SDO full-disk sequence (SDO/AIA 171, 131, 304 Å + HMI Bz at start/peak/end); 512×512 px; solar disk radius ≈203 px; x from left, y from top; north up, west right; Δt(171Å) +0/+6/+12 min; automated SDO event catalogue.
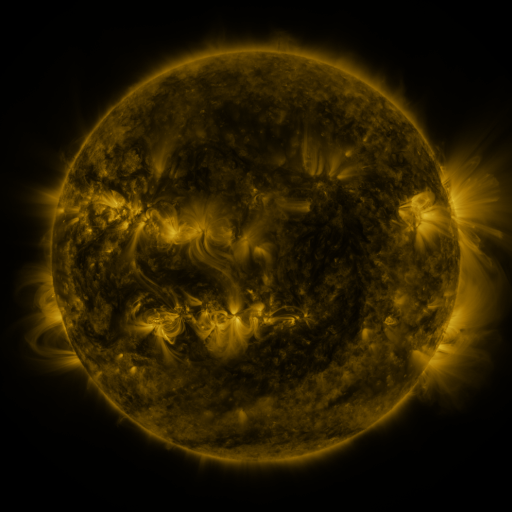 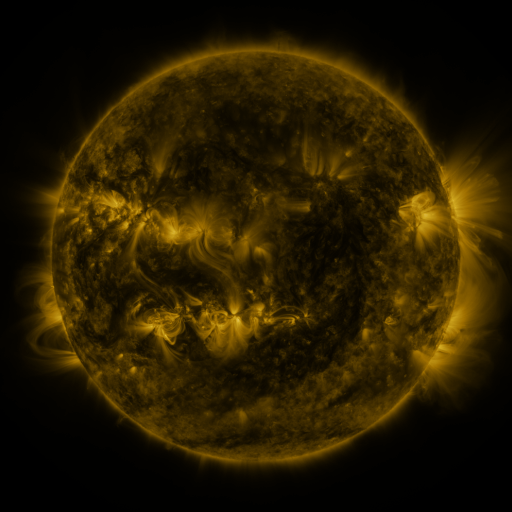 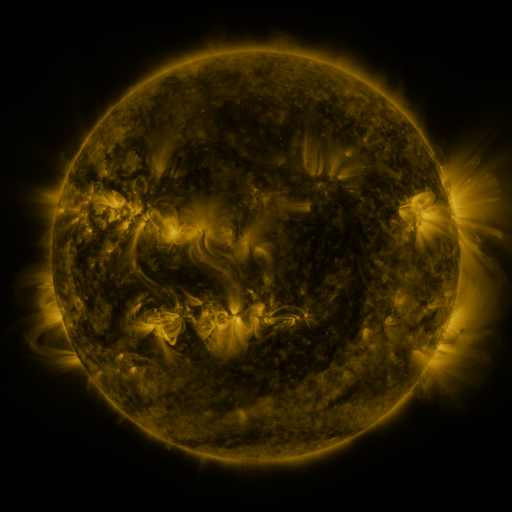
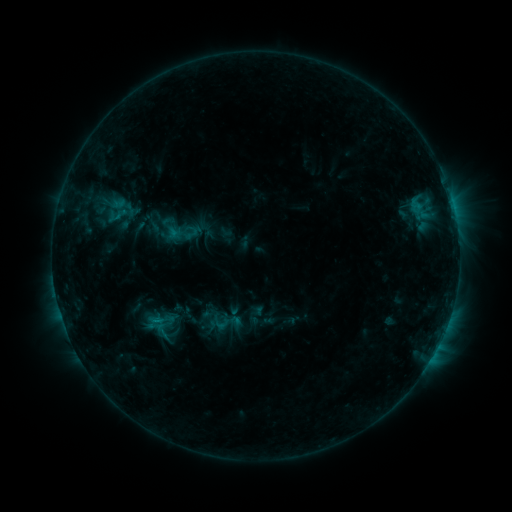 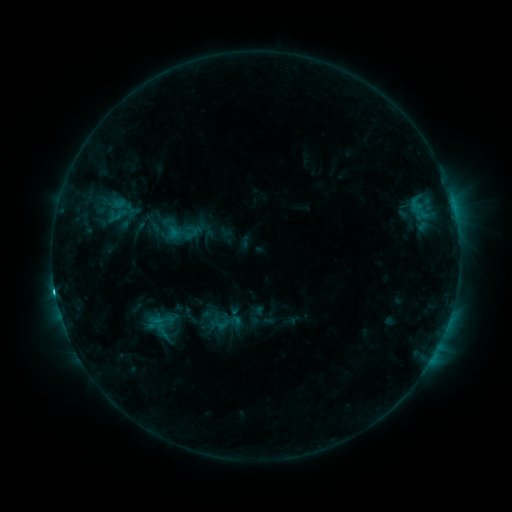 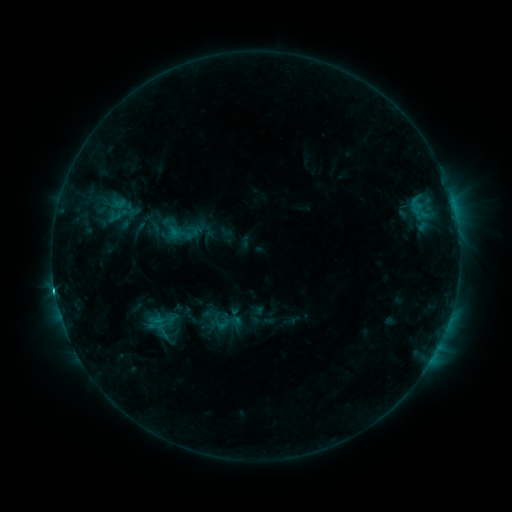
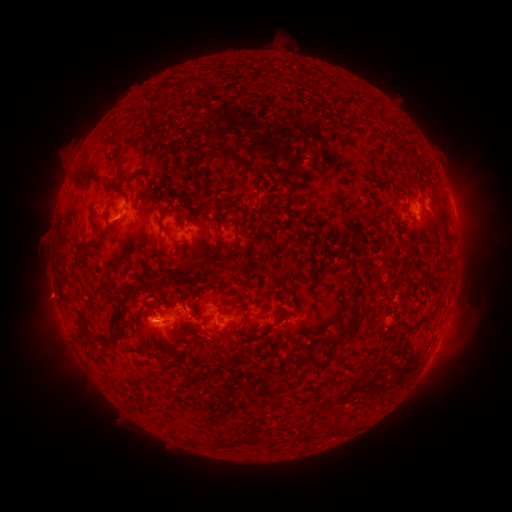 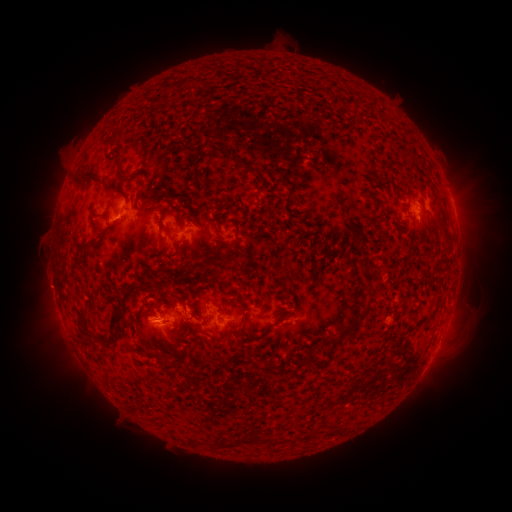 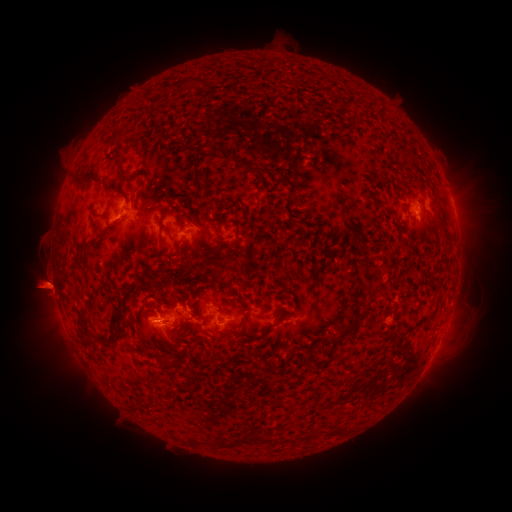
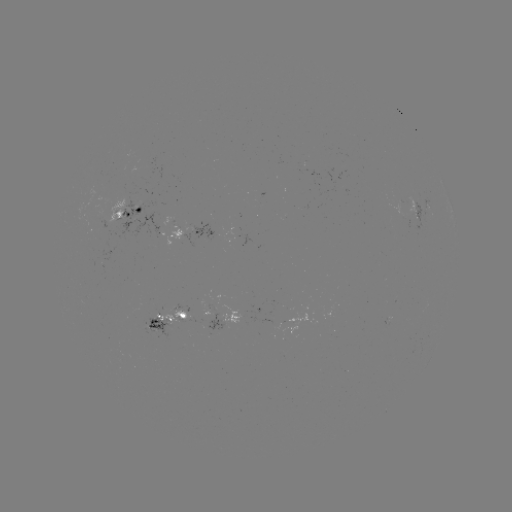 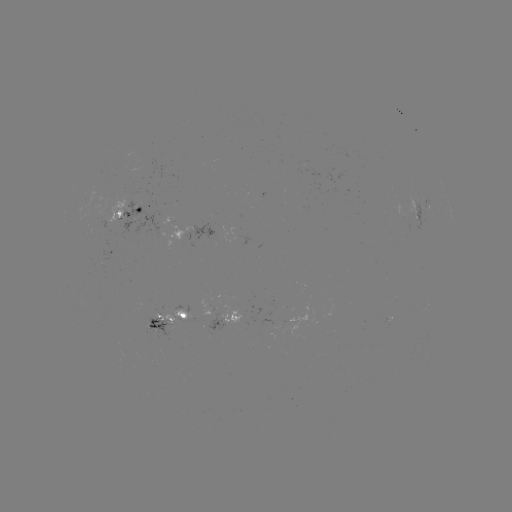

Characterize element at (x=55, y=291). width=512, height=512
C2.5 flare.